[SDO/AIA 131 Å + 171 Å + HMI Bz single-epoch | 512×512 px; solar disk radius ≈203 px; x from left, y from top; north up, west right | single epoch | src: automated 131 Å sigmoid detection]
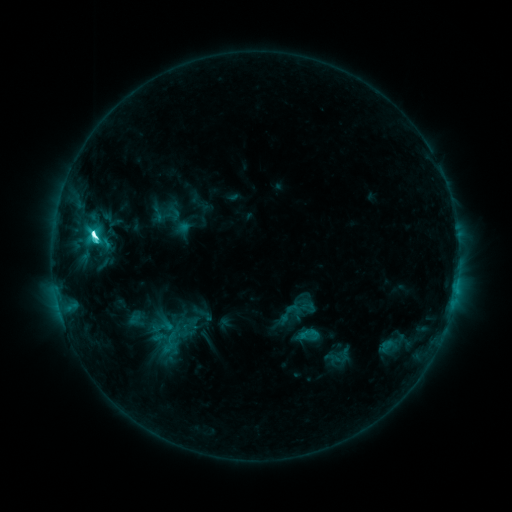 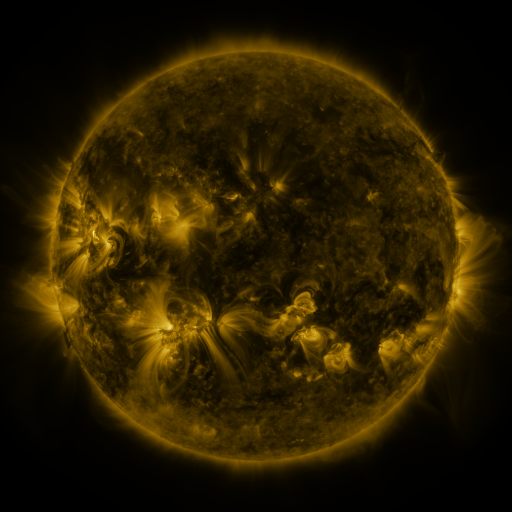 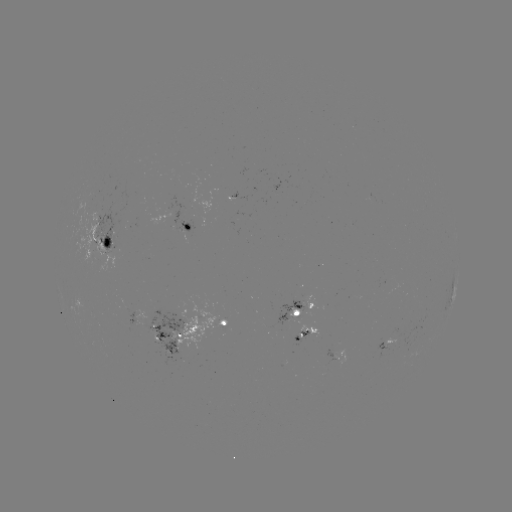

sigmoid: [295, 322, 320, 347]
